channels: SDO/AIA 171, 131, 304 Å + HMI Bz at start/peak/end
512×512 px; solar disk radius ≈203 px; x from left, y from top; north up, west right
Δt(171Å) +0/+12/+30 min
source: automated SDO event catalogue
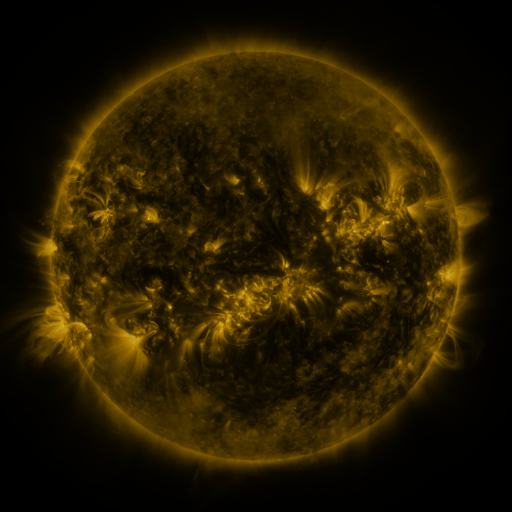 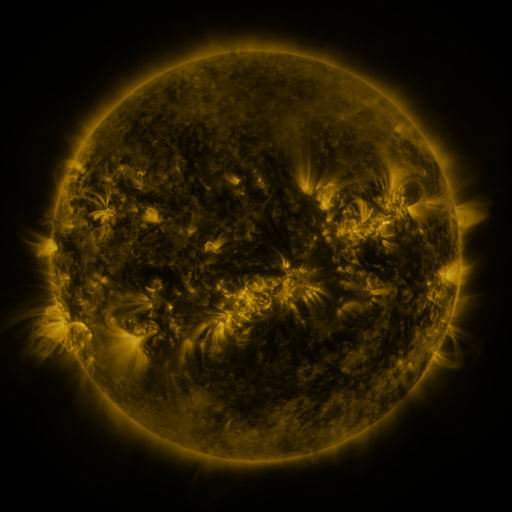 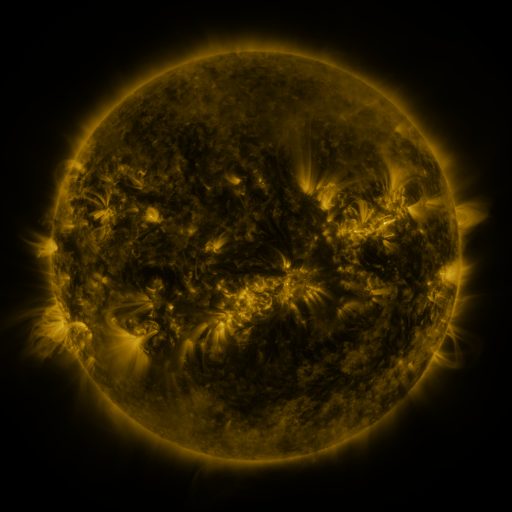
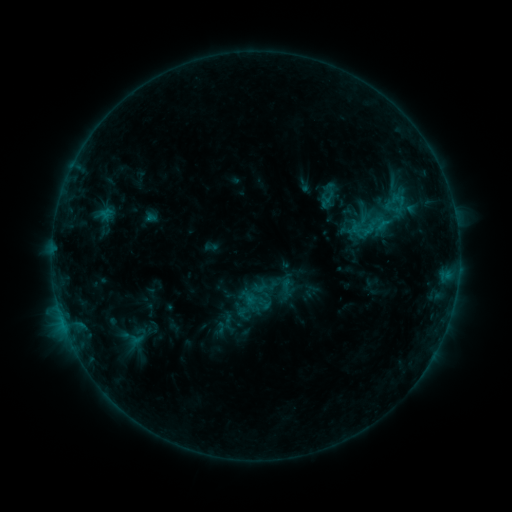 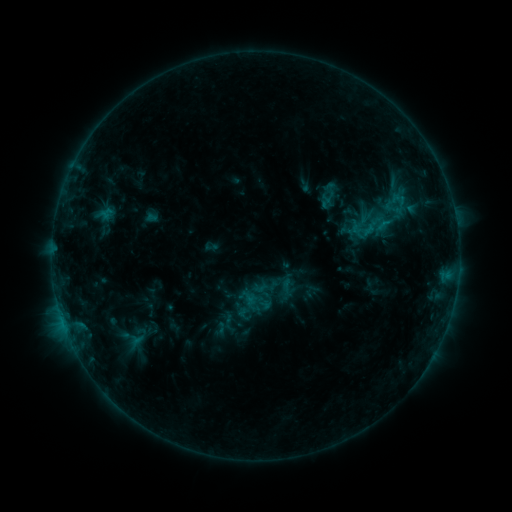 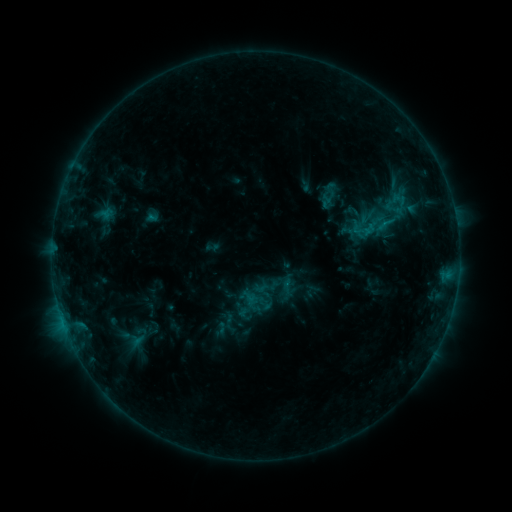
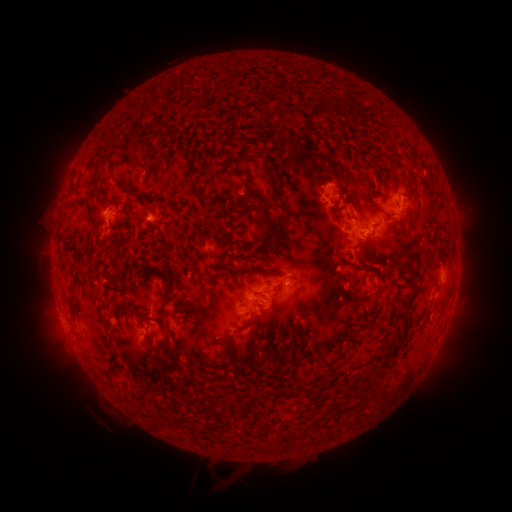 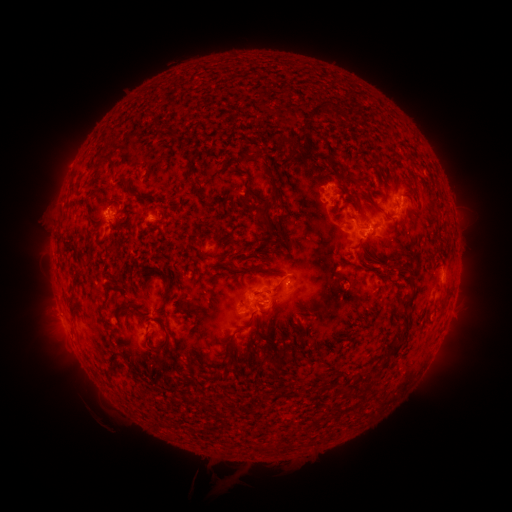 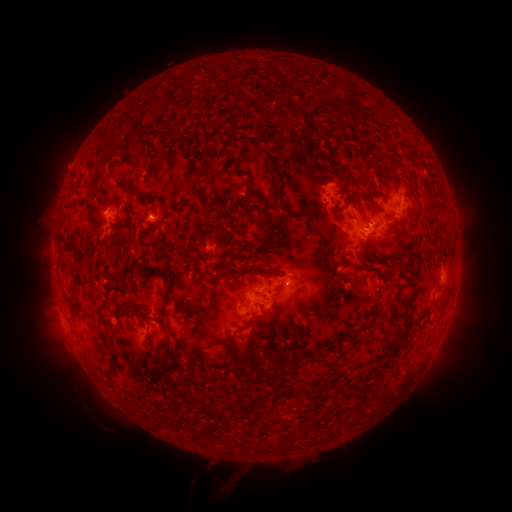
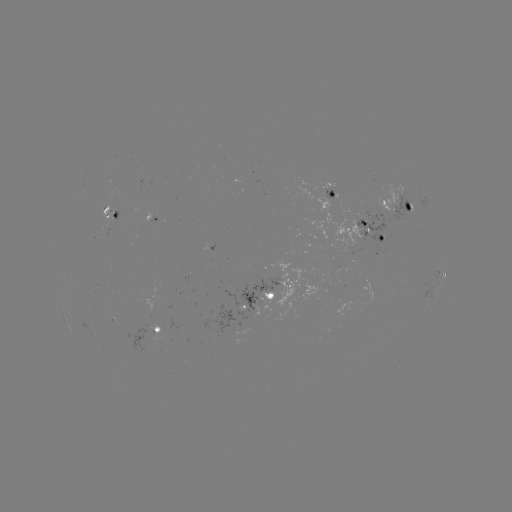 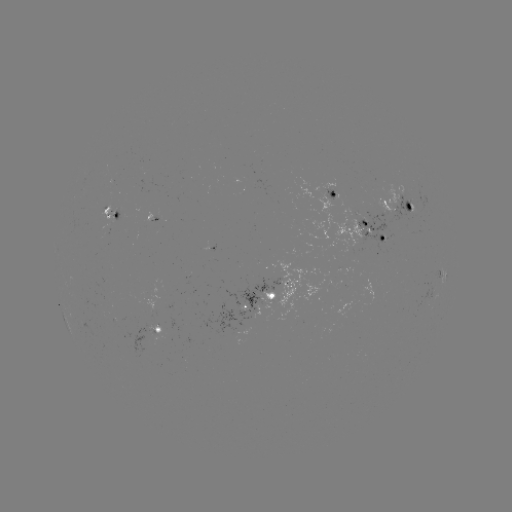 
no flare in any classed list; no EUV-trigger detection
